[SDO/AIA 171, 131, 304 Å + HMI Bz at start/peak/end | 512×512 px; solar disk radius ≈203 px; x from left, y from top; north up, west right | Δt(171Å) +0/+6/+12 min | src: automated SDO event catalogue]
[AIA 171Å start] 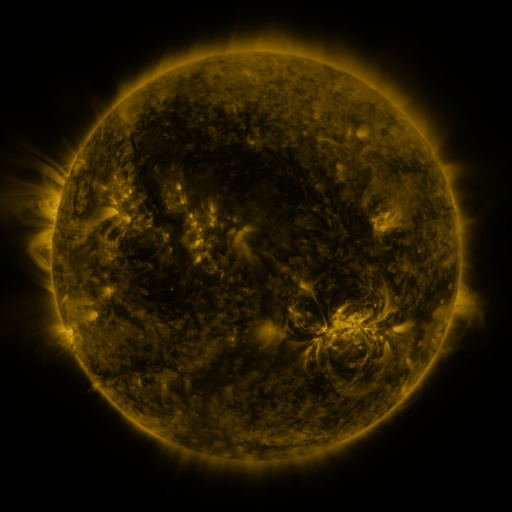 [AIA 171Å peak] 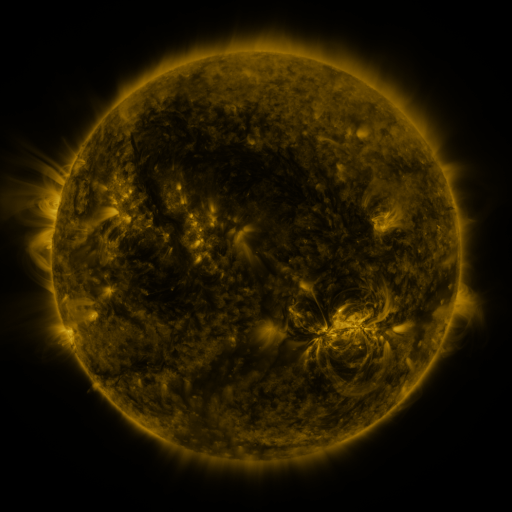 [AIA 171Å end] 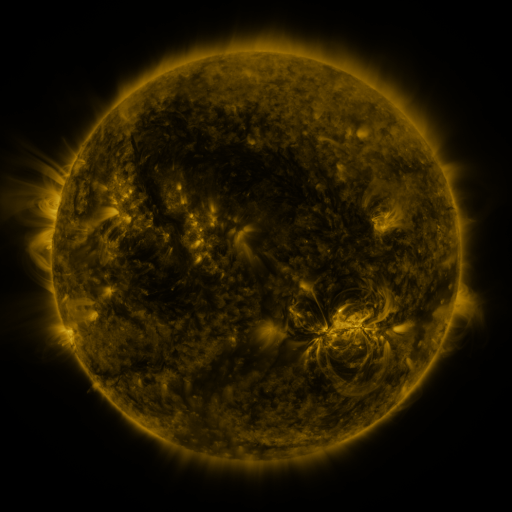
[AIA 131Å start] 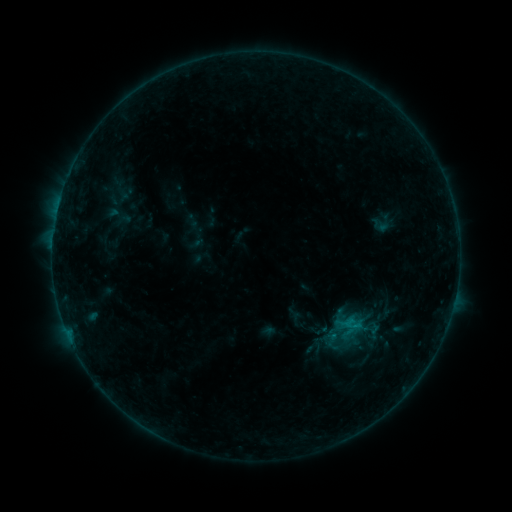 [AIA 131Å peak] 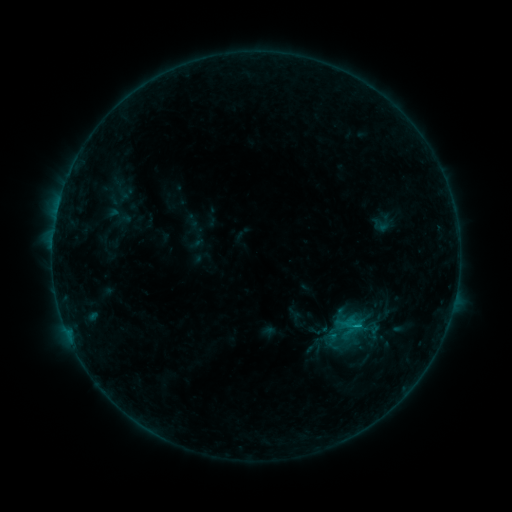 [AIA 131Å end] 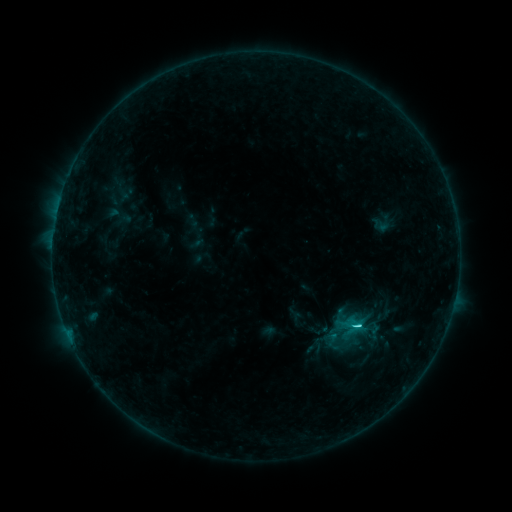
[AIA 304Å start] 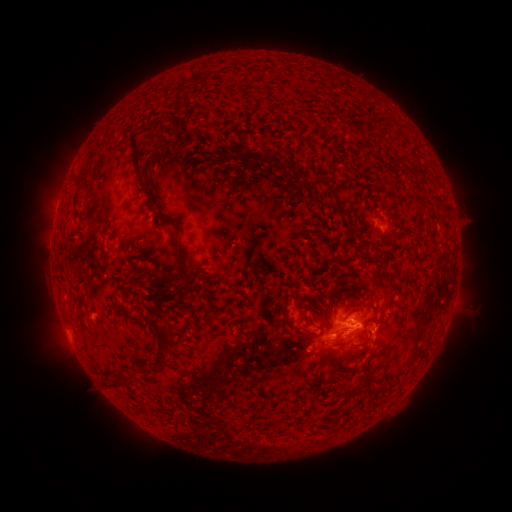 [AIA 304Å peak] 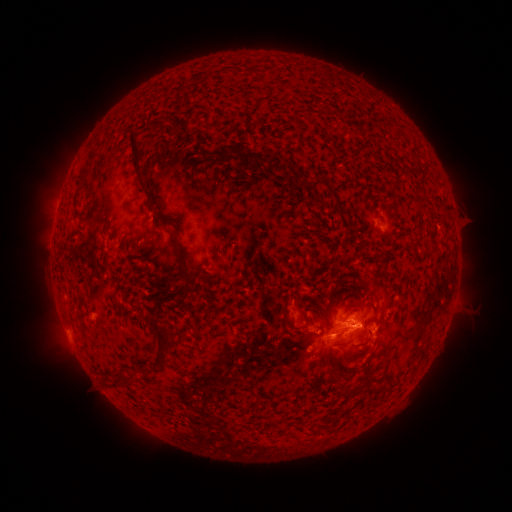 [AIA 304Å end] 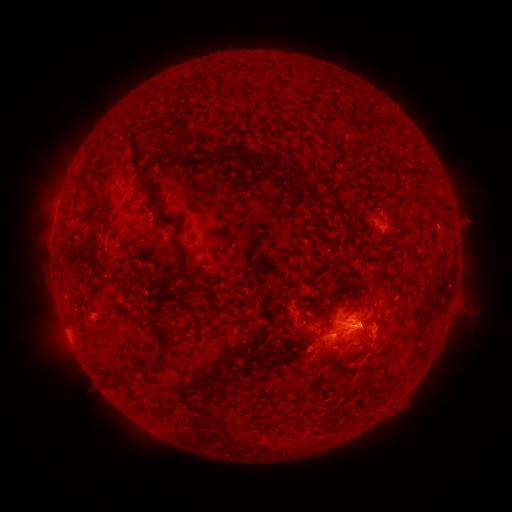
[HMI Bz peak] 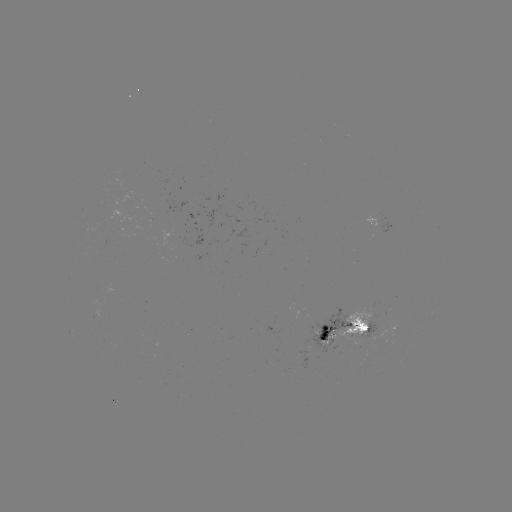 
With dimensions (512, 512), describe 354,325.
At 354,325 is C2.2 flare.